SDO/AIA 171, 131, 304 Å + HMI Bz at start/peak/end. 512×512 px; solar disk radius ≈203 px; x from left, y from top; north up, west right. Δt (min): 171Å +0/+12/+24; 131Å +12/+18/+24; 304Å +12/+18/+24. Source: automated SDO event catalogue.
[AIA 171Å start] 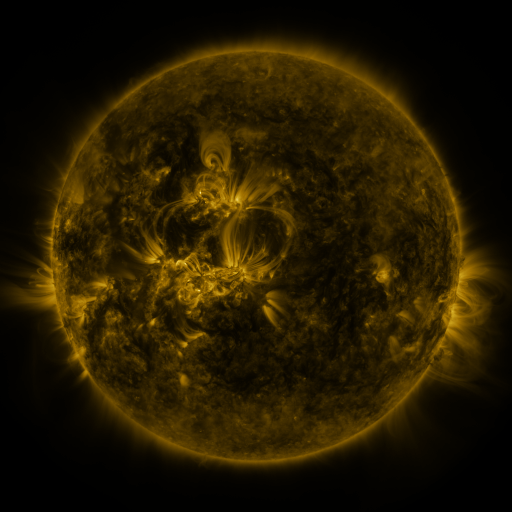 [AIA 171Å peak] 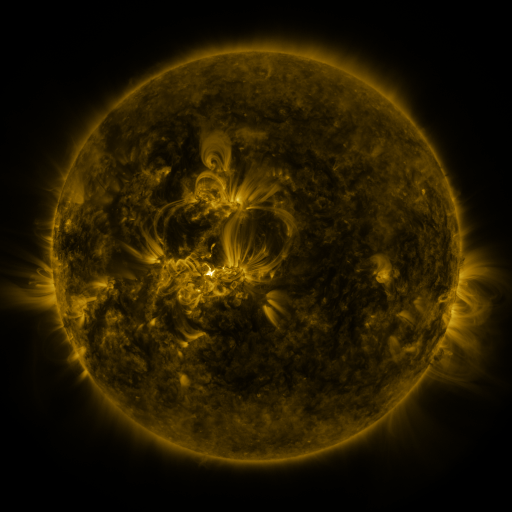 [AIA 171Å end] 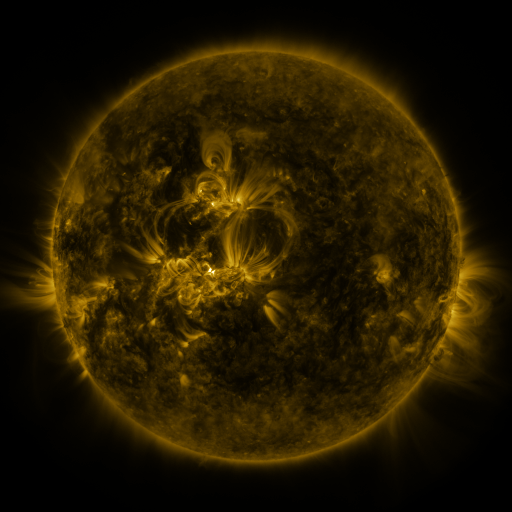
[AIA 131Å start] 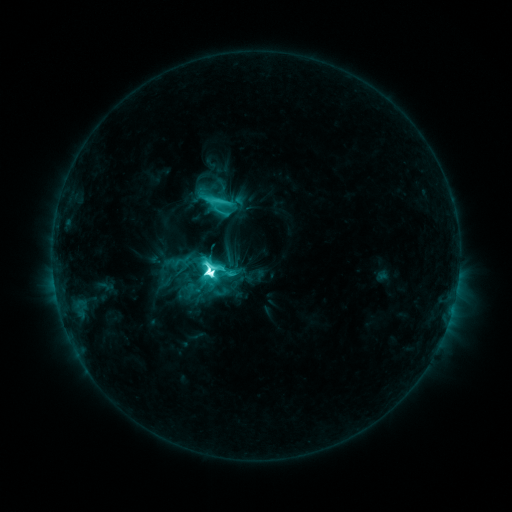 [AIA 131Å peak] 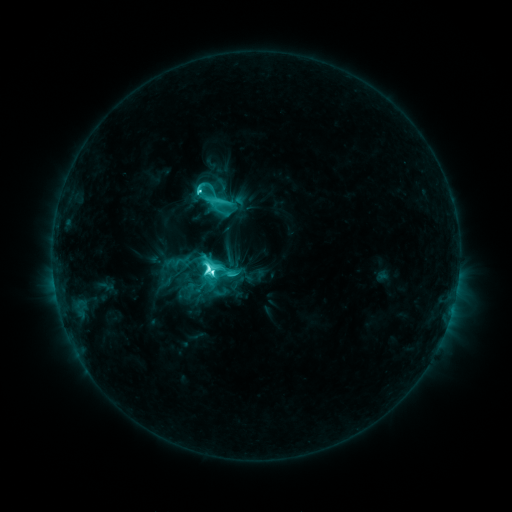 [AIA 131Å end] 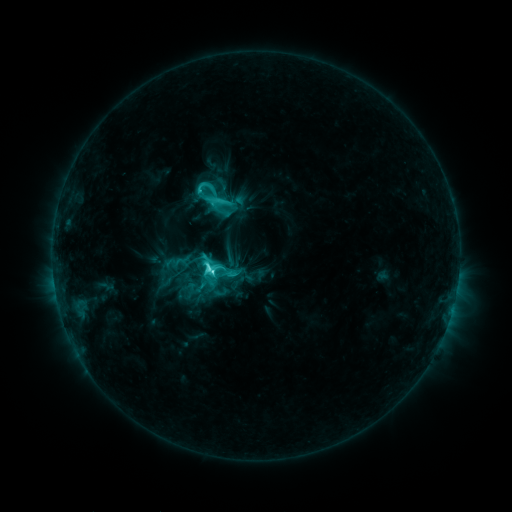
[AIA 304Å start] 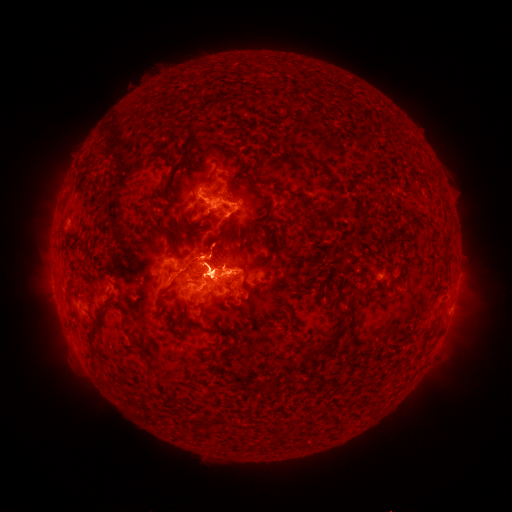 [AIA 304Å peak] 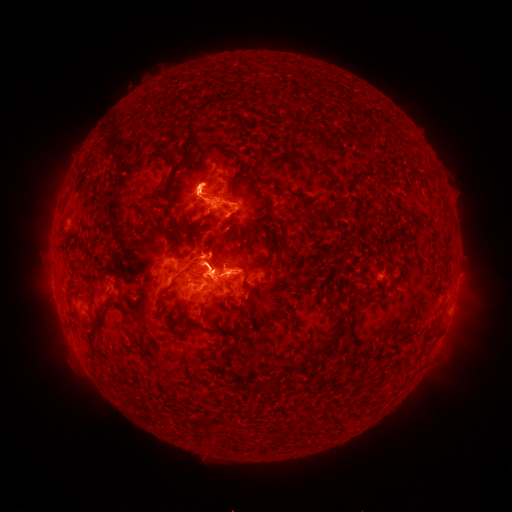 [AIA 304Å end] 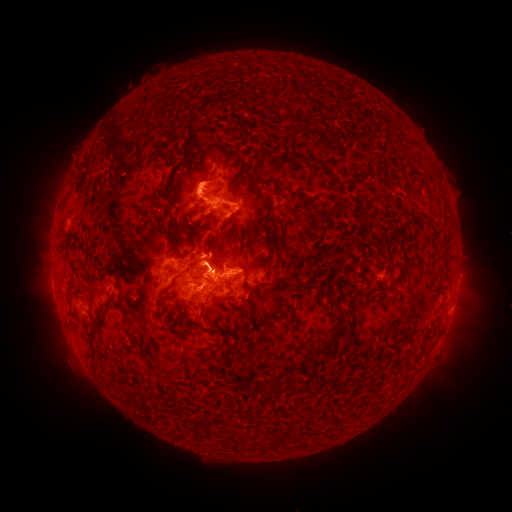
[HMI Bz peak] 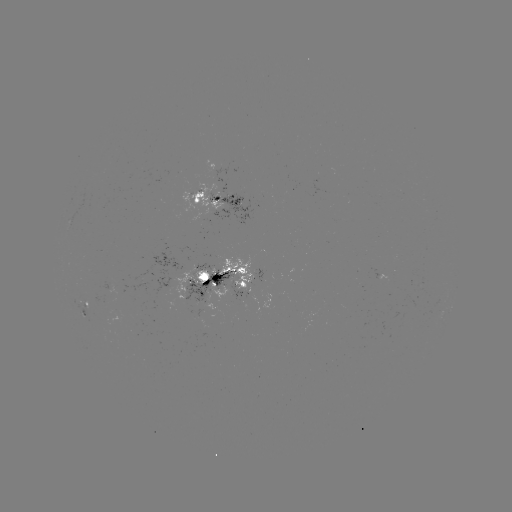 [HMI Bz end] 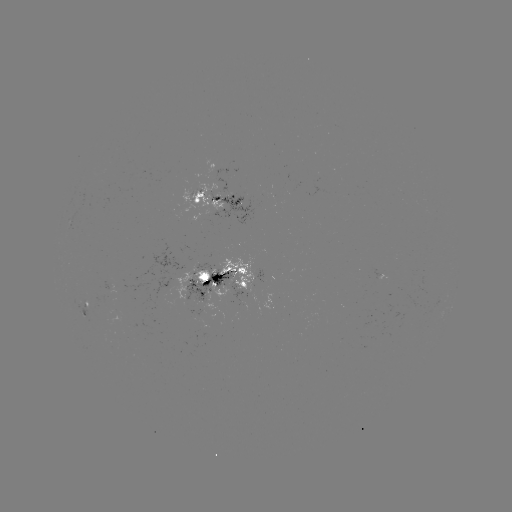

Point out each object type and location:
eruption: (49, 198)
